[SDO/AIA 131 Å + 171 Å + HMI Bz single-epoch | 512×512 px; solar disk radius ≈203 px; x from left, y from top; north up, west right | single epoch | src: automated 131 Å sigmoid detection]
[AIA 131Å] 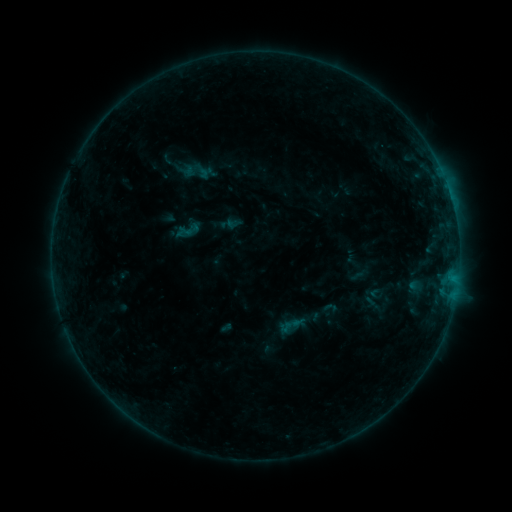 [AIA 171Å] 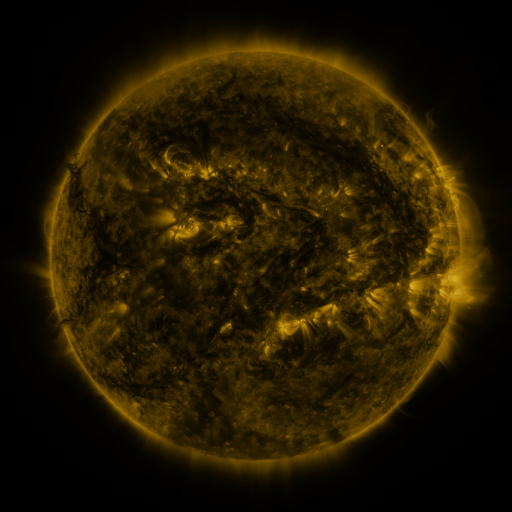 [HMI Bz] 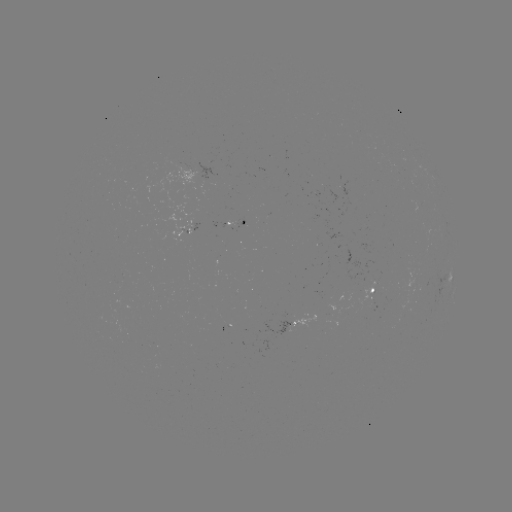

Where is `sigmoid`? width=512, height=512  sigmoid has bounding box [178, 219, 199, 241].